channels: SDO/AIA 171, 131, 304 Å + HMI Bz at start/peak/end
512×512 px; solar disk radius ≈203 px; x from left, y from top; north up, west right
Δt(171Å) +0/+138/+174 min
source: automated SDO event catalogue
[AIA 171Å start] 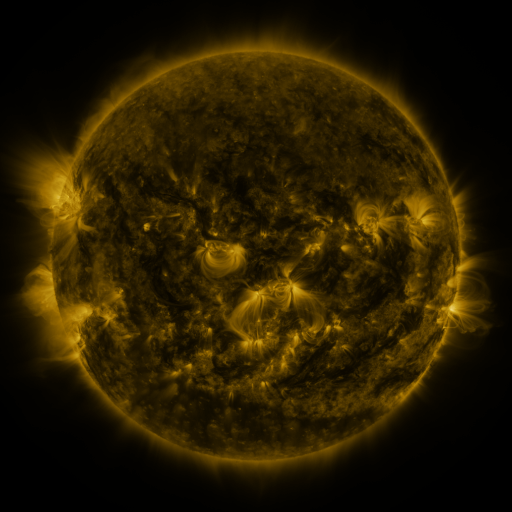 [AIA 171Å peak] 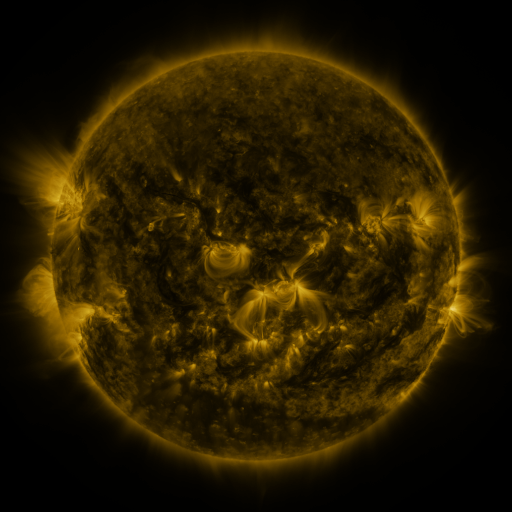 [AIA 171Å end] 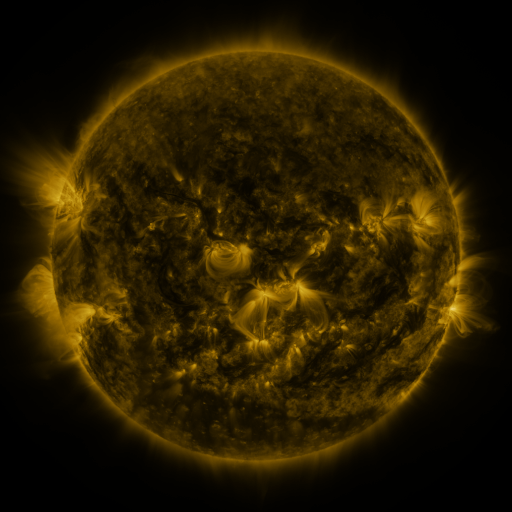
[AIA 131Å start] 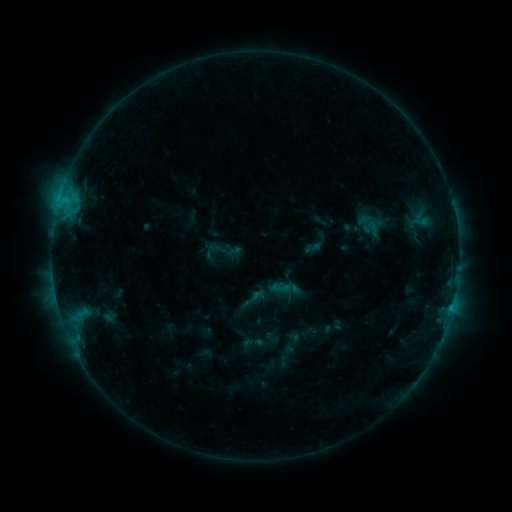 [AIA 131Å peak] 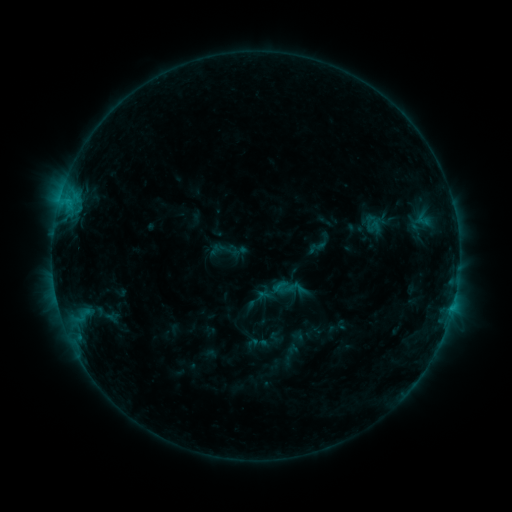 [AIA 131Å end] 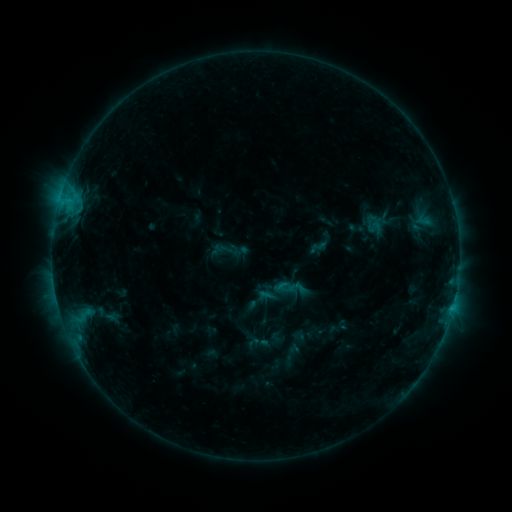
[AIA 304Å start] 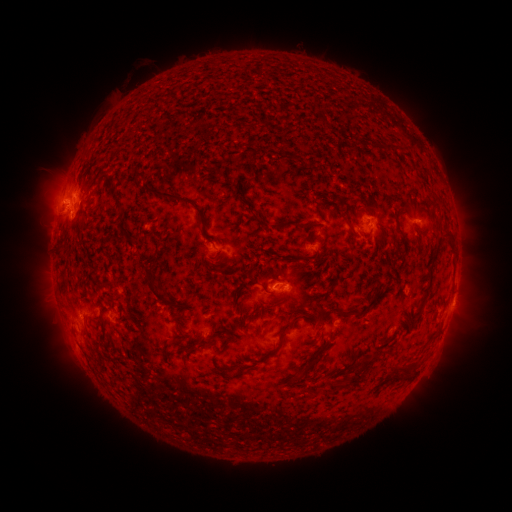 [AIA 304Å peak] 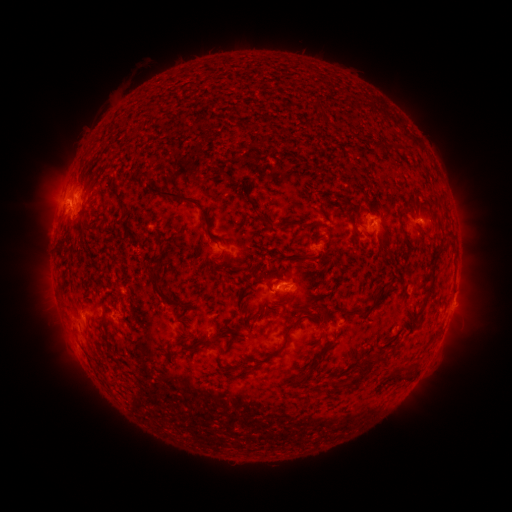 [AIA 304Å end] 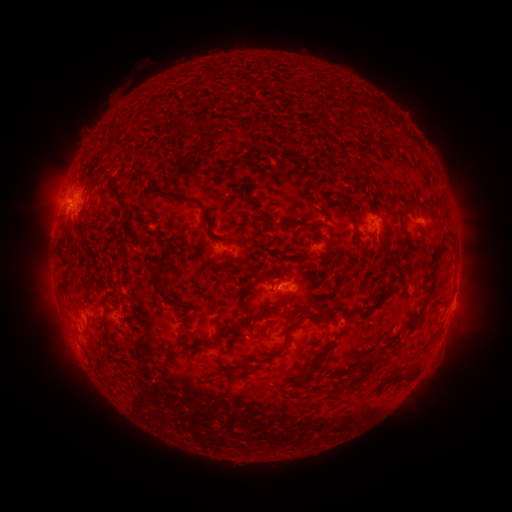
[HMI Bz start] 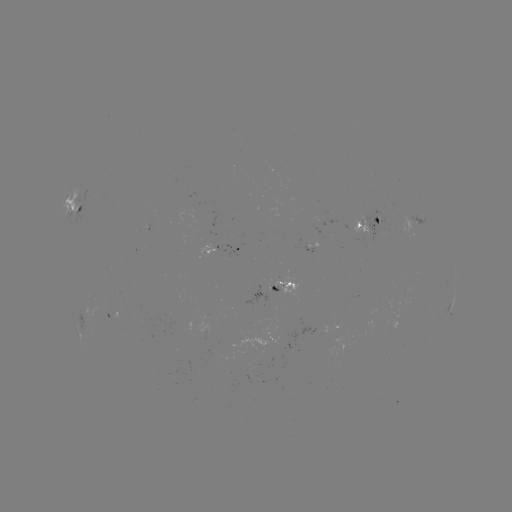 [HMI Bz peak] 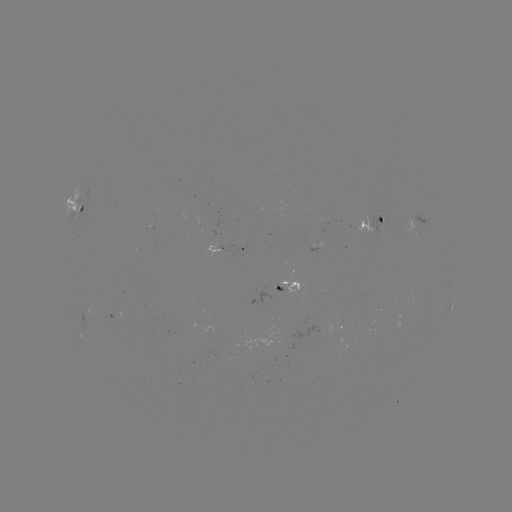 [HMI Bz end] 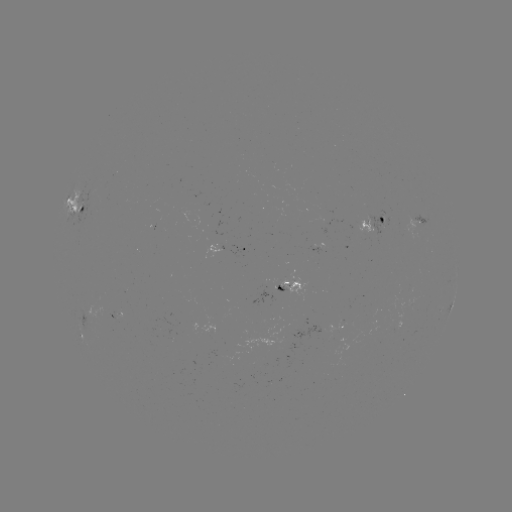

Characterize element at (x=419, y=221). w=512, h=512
emerging-flux region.